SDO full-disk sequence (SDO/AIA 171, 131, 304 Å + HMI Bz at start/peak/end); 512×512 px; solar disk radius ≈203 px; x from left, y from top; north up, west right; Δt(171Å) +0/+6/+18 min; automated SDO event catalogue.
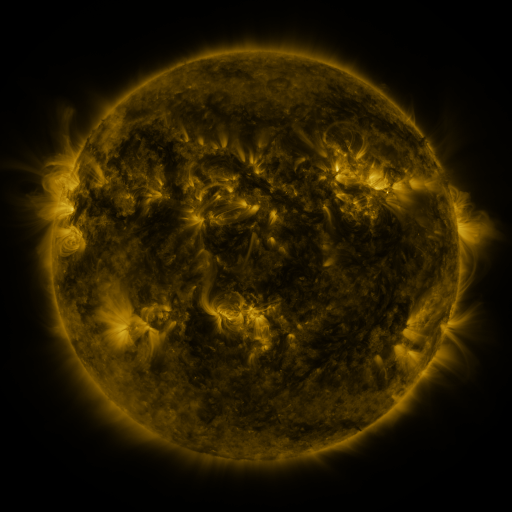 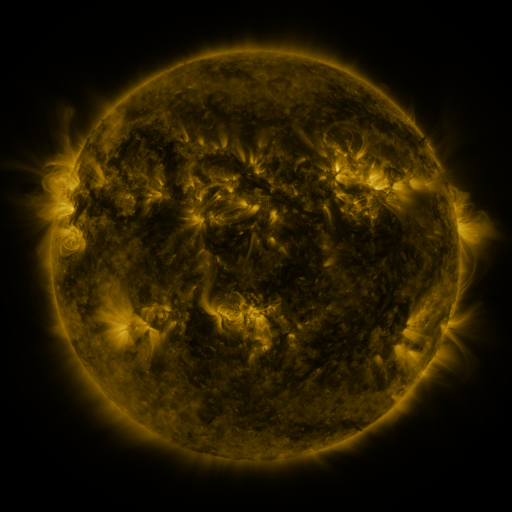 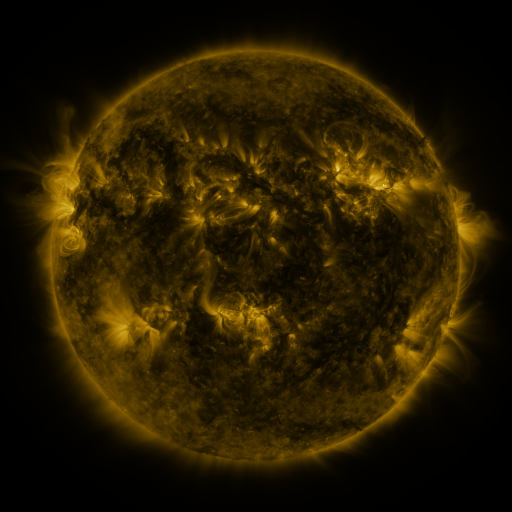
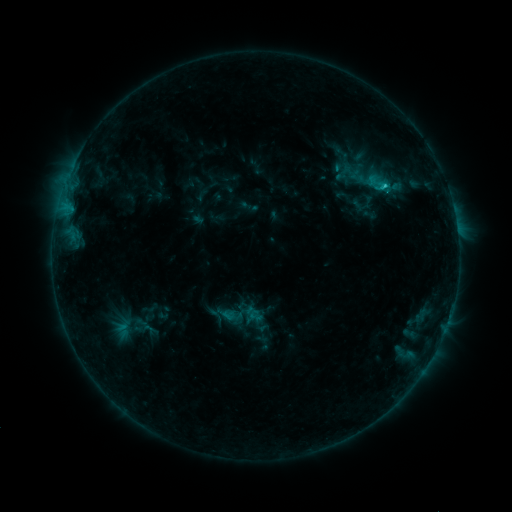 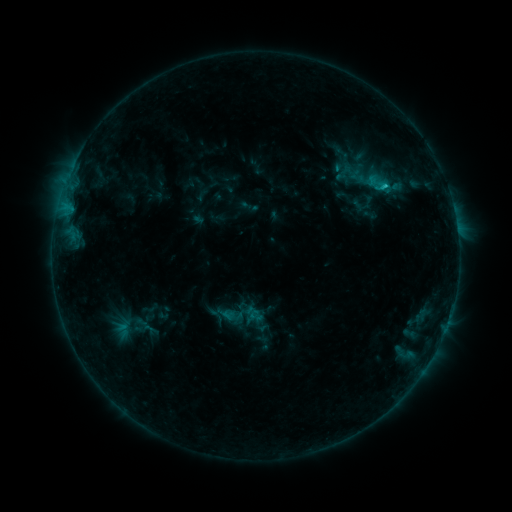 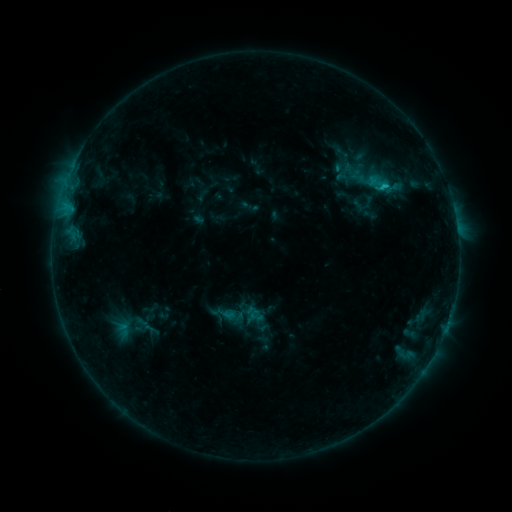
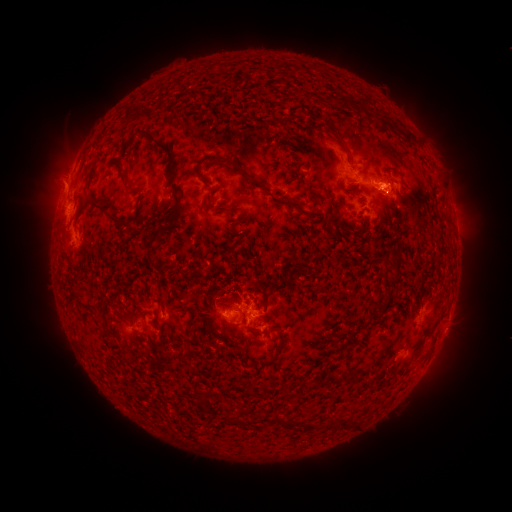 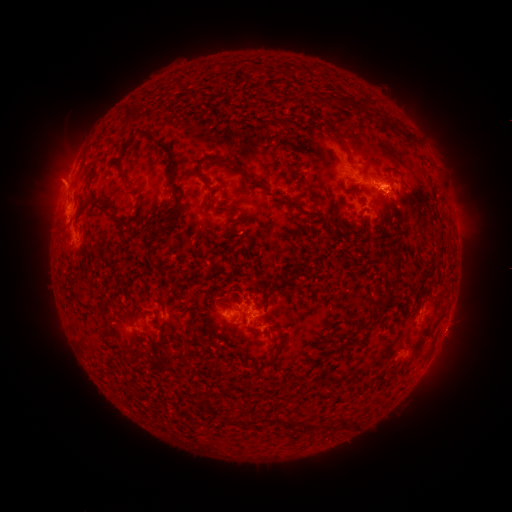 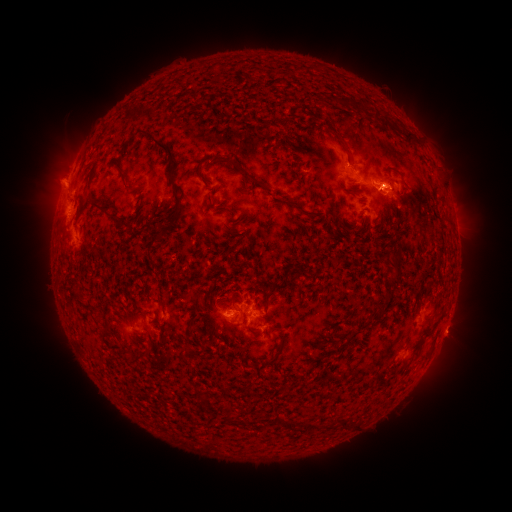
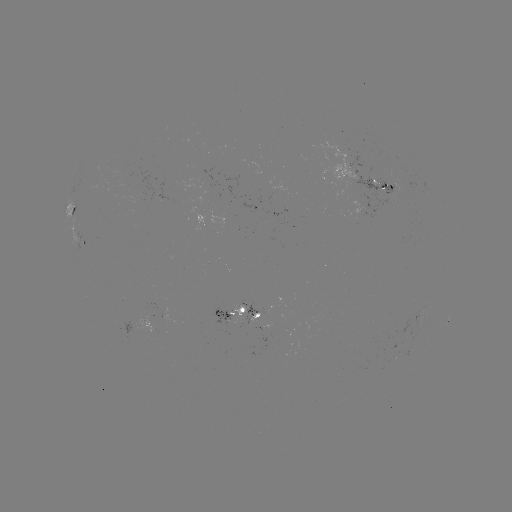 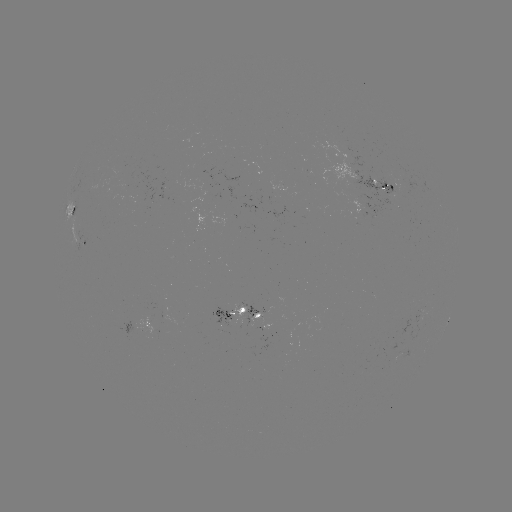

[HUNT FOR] eruption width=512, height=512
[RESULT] (56, 182)